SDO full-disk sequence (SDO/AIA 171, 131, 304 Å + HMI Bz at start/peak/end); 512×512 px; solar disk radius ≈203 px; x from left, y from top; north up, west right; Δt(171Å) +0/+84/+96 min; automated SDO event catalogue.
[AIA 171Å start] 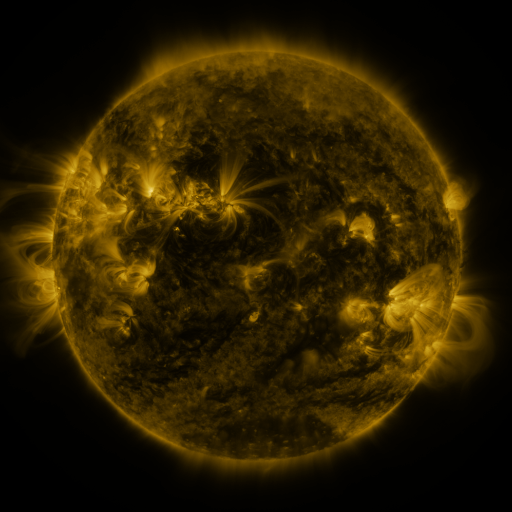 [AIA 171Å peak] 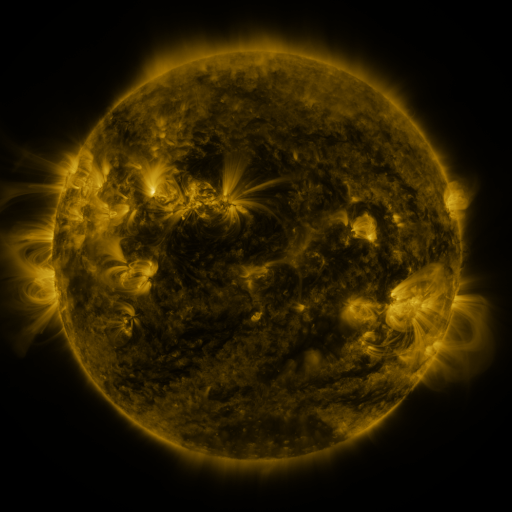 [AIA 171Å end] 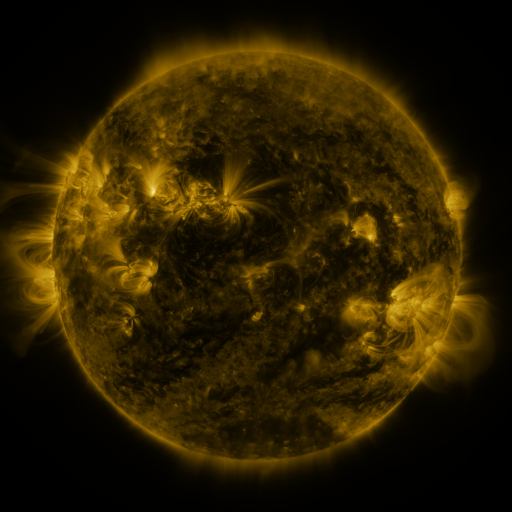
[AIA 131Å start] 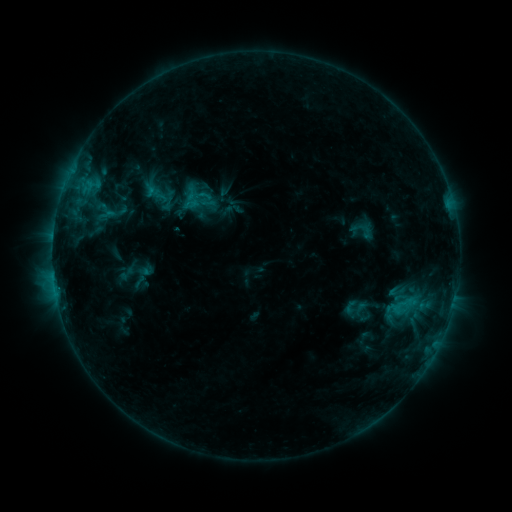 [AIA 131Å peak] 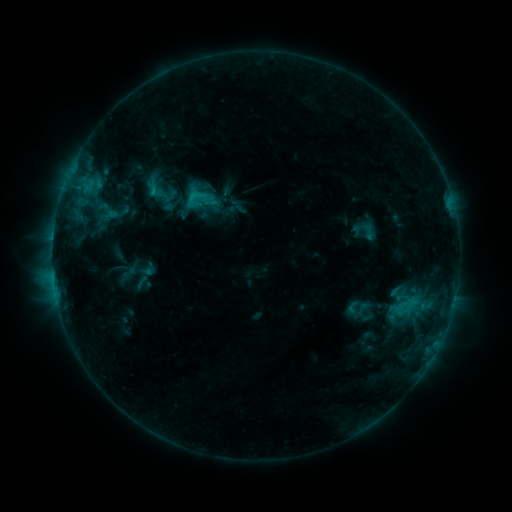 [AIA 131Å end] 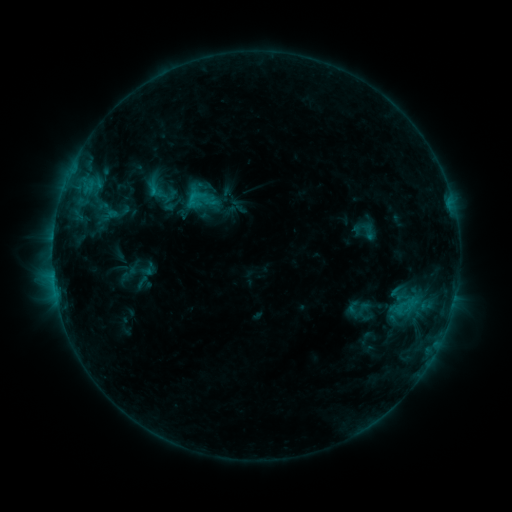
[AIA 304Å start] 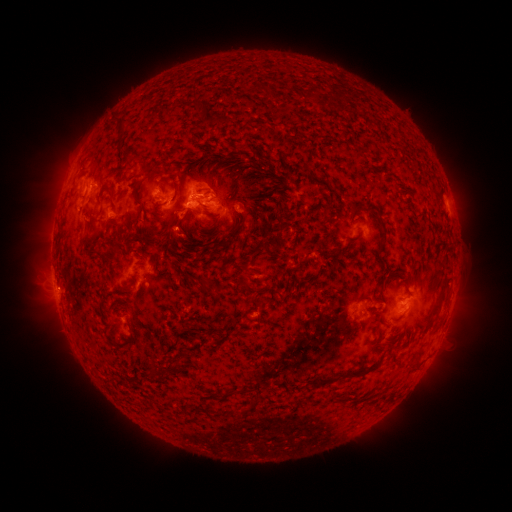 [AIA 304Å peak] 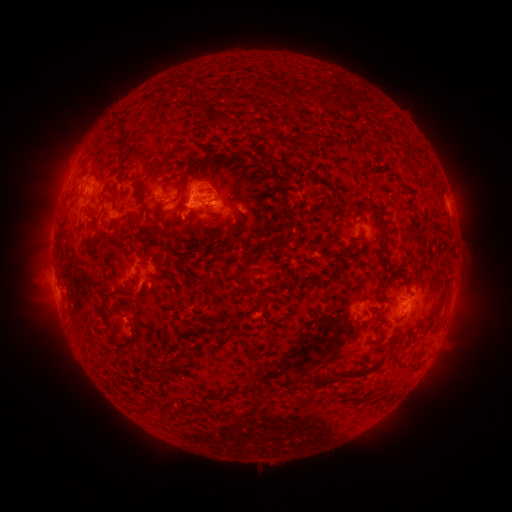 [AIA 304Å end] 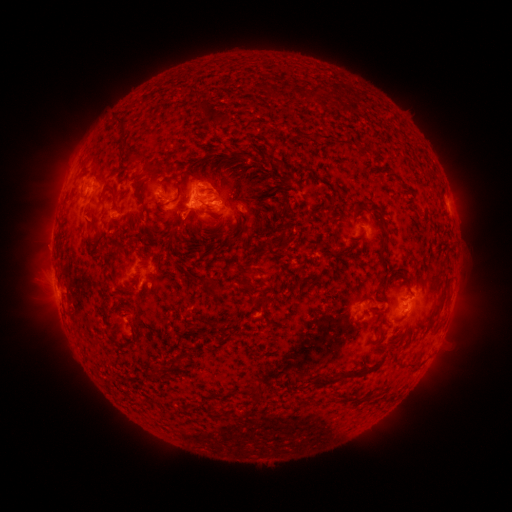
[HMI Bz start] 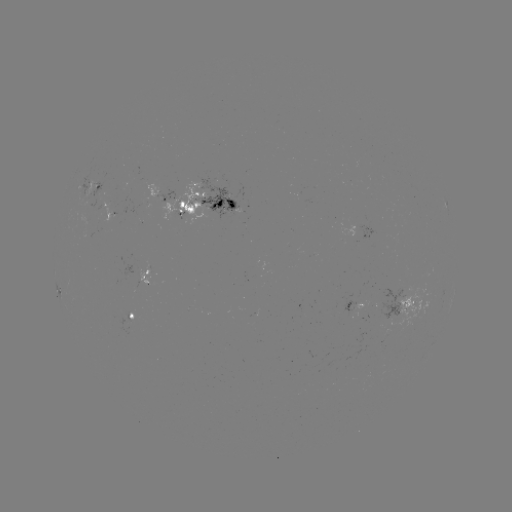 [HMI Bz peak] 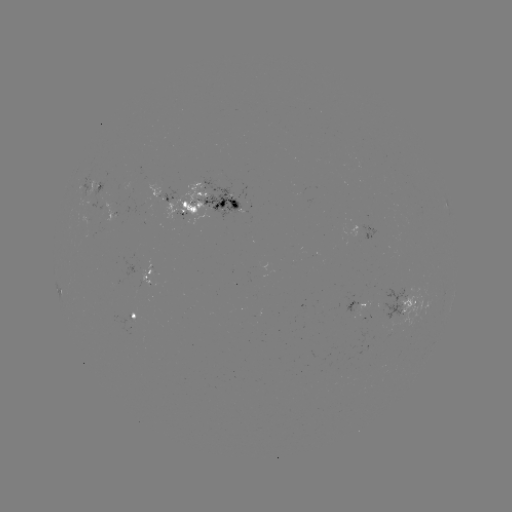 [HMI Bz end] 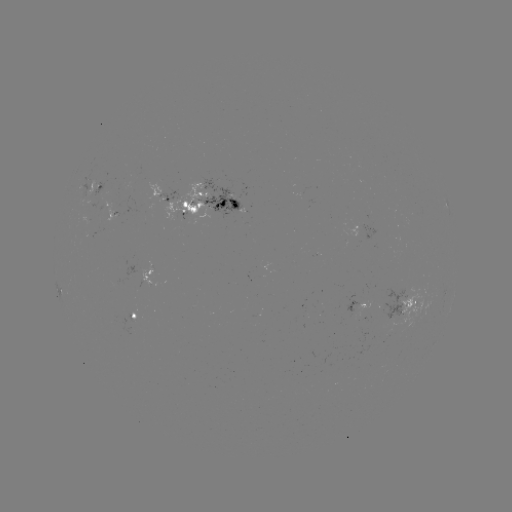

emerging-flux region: <bbox>82, 215, 89, 228</bbox>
